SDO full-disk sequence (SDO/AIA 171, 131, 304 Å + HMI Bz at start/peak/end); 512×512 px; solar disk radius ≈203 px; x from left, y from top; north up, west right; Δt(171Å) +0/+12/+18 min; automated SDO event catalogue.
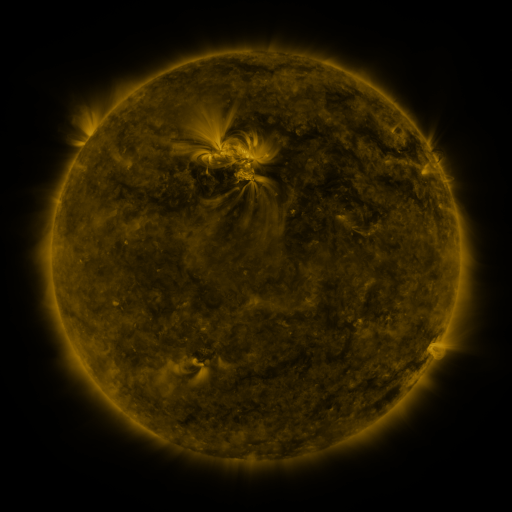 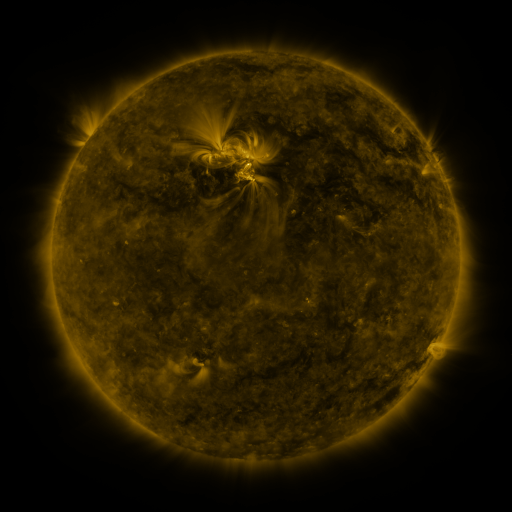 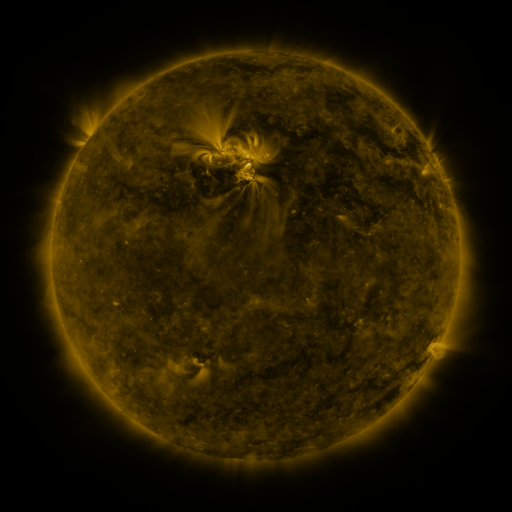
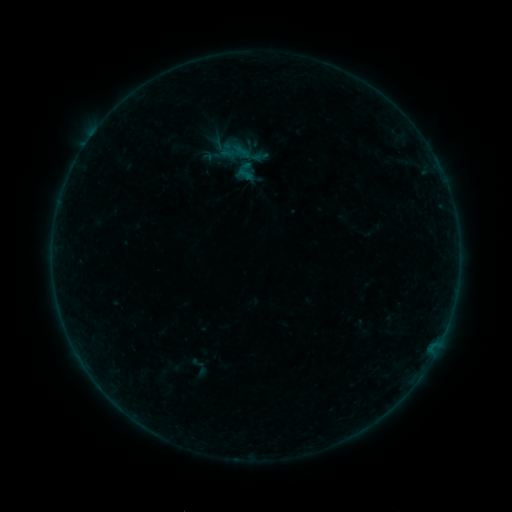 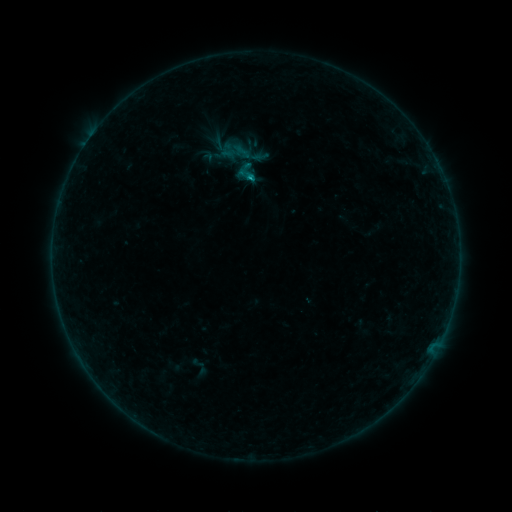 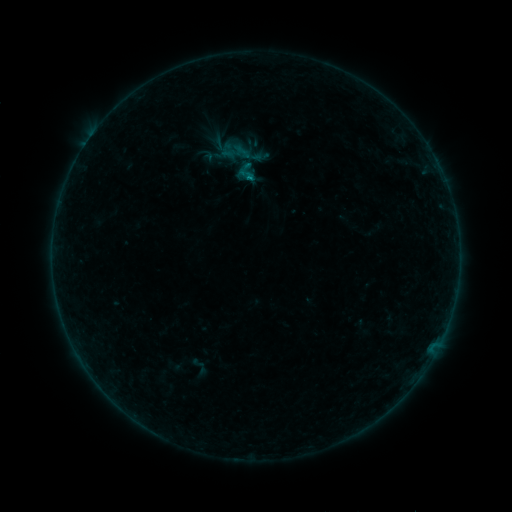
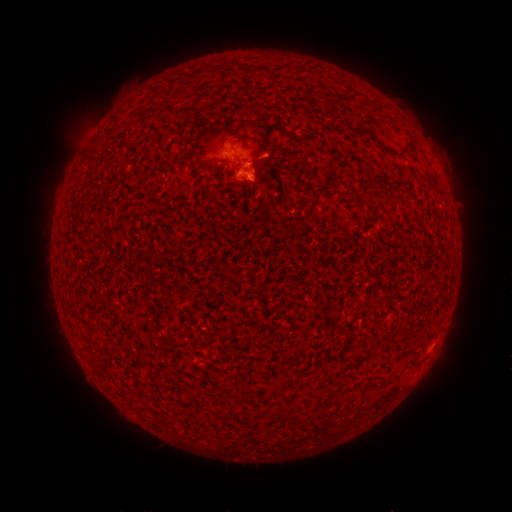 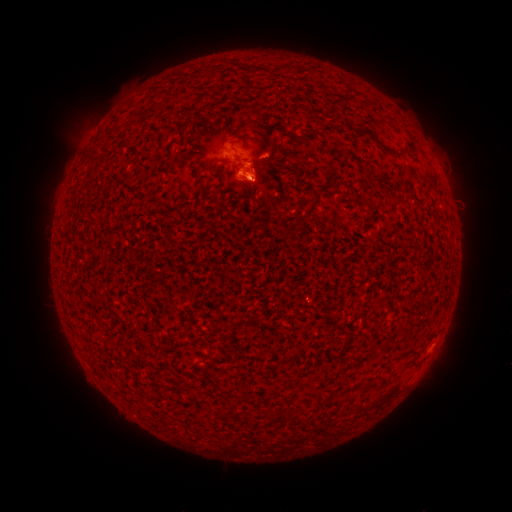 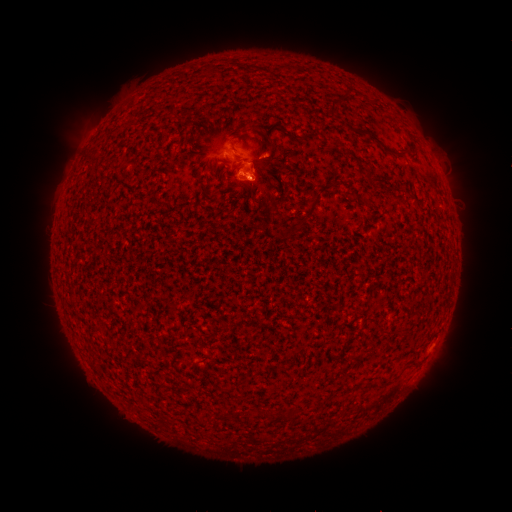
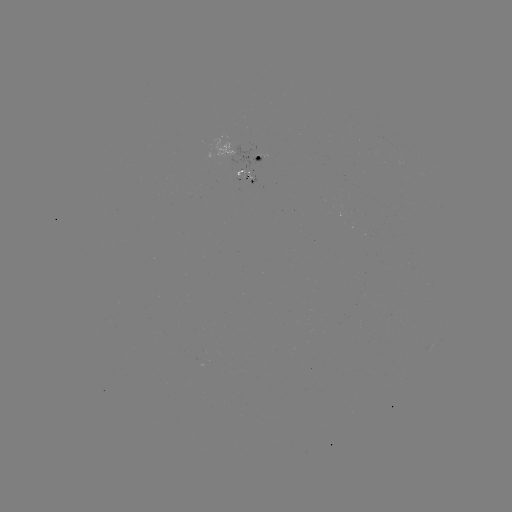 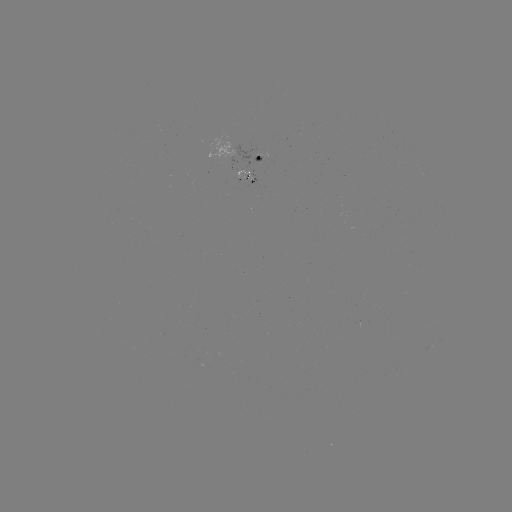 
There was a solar flare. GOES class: B4.5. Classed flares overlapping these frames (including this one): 1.